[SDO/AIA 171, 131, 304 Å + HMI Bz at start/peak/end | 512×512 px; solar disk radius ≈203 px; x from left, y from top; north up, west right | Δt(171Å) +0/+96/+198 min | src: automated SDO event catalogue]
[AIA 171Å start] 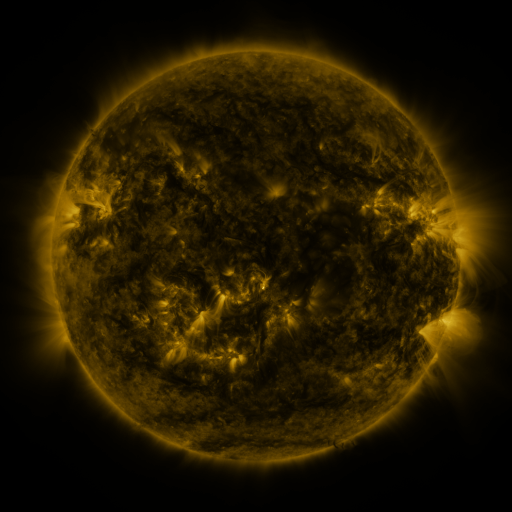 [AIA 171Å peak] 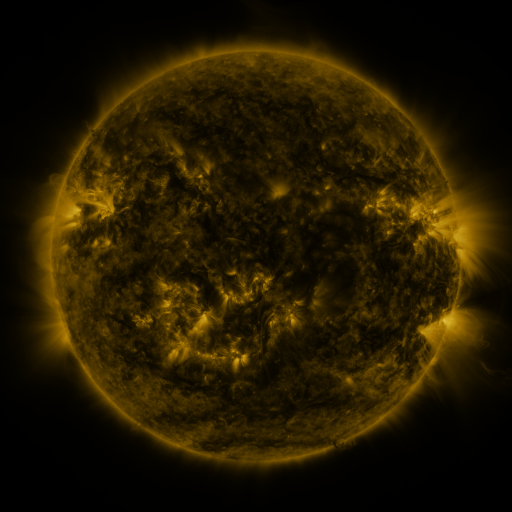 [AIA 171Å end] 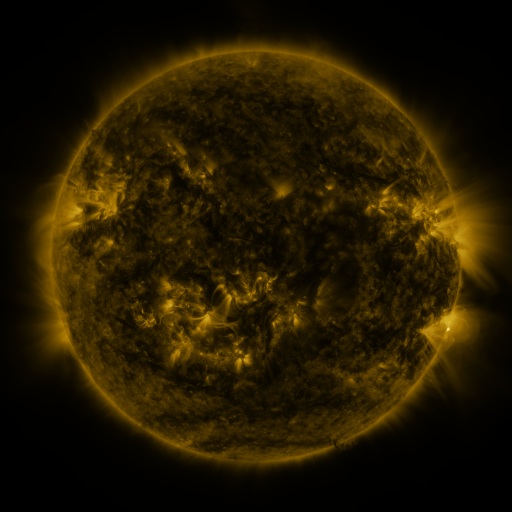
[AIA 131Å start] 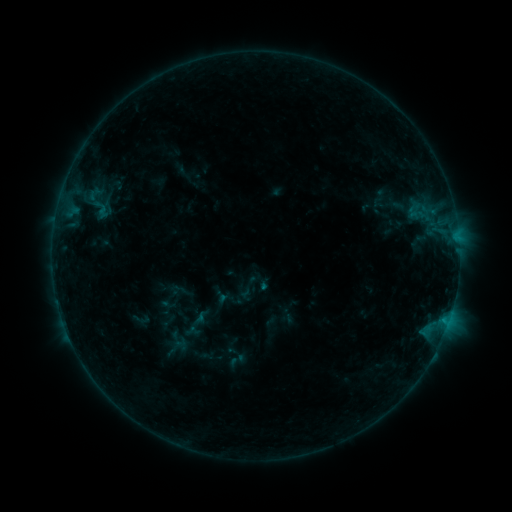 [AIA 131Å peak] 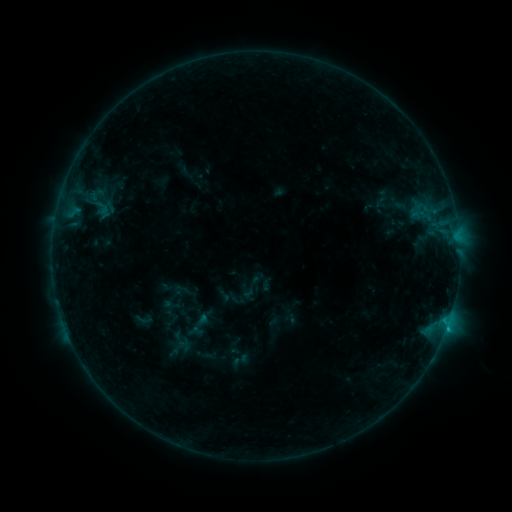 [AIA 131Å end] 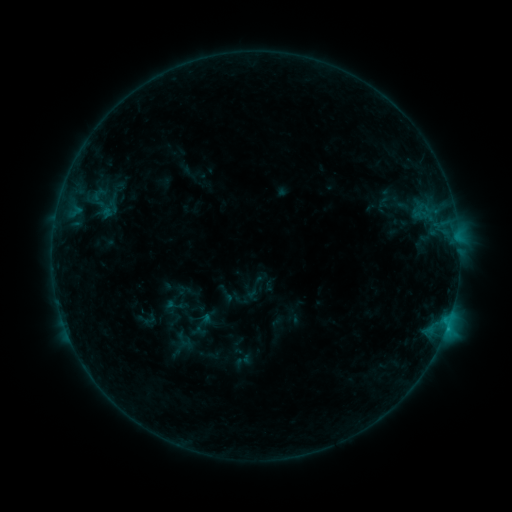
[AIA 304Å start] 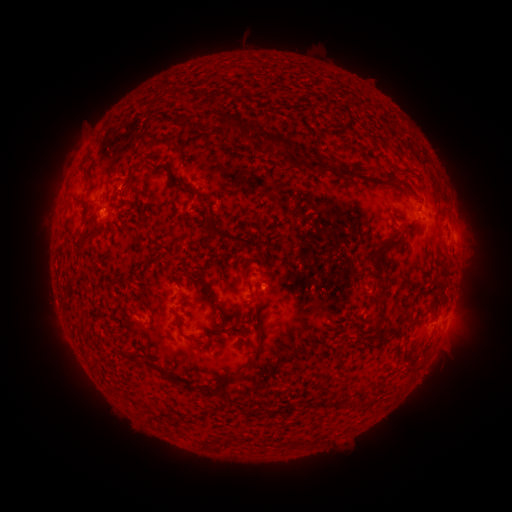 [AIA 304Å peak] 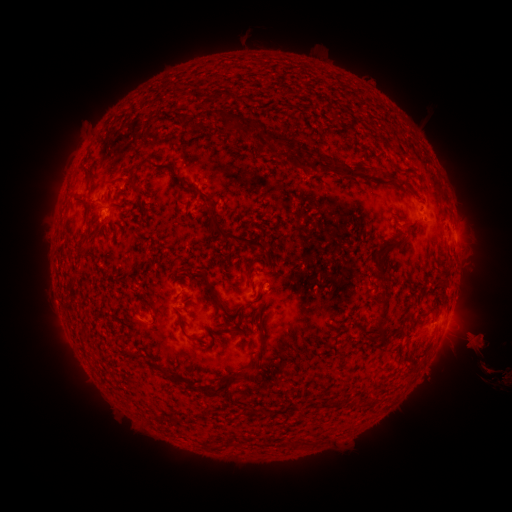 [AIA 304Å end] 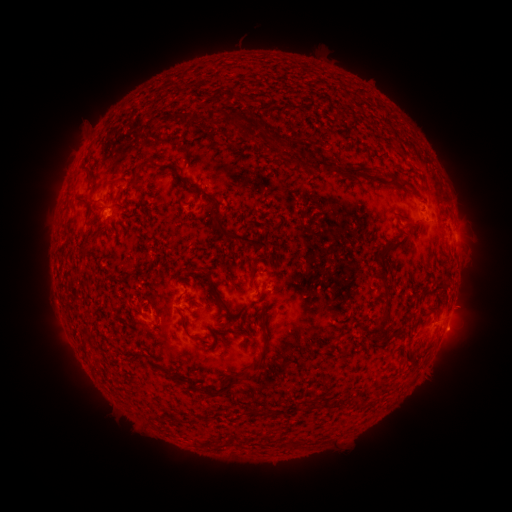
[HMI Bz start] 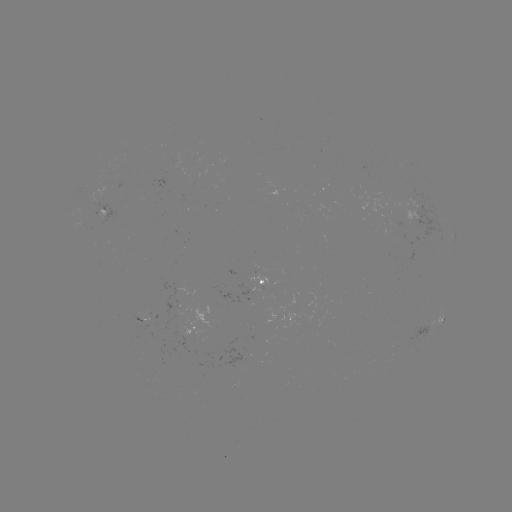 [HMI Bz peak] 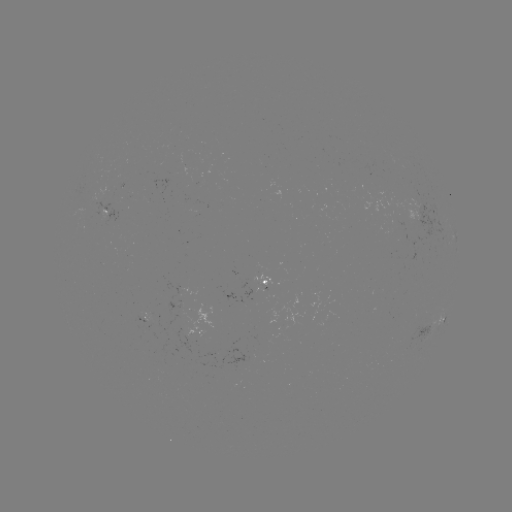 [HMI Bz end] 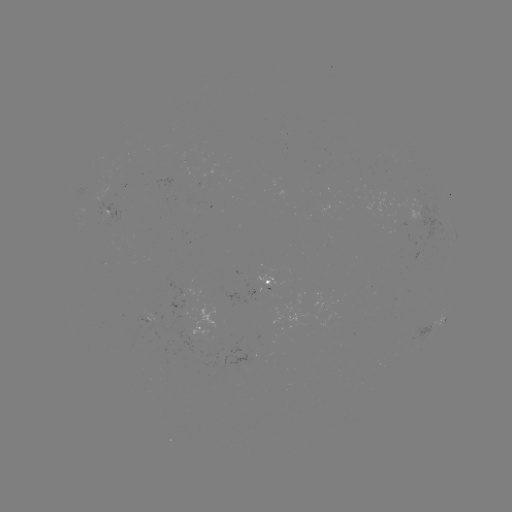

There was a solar filament eruption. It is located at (476, 355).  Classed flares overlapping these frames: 2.